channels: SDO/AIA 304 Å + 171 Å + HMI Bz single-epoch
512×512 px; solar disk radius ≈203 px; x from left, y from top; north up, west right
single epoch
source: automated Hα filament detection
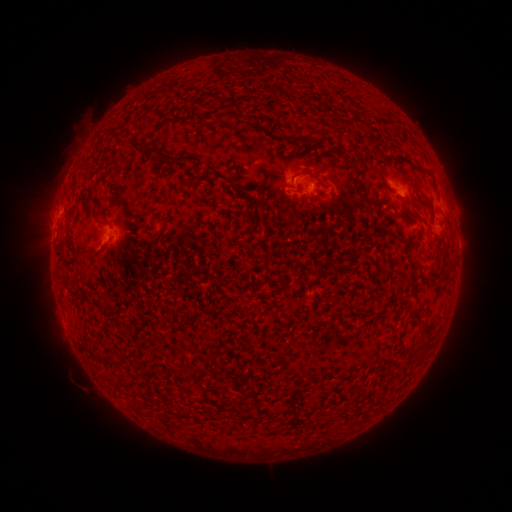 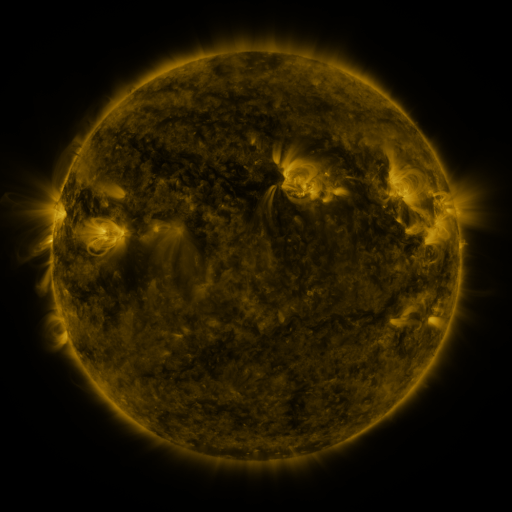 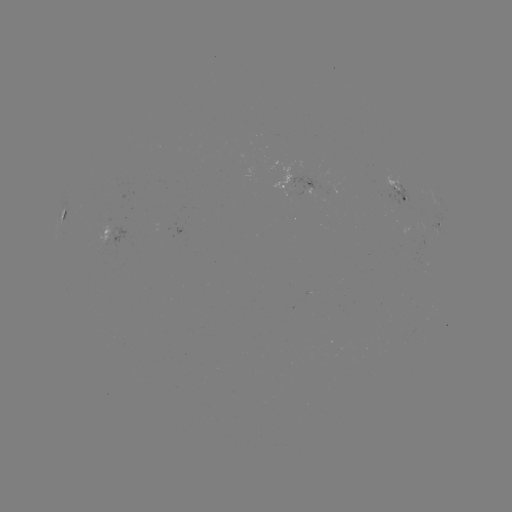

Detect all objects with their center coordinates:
filament: (176, 87)
filament: (230, 116)
filament: (256, 125)
filament: (286, 136)
filament: (157, 152)
filament: (304, 171)
filament: (361, 184)
filament: (163, 233)
filament: (399, 238)
filament: (89, 256)
filament: (69, 282)
filament: (99, 303)
filament: (176, 372)
filament: (297, 412)
